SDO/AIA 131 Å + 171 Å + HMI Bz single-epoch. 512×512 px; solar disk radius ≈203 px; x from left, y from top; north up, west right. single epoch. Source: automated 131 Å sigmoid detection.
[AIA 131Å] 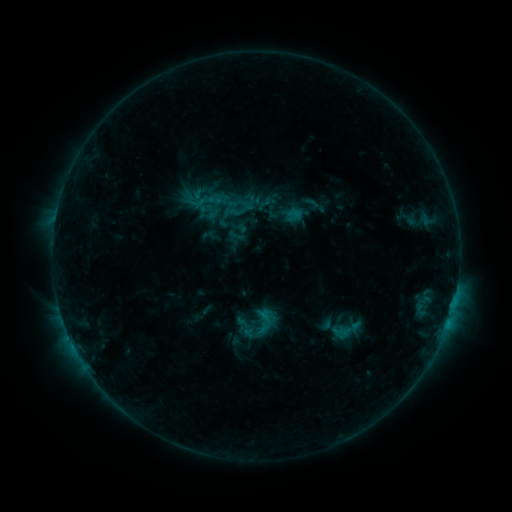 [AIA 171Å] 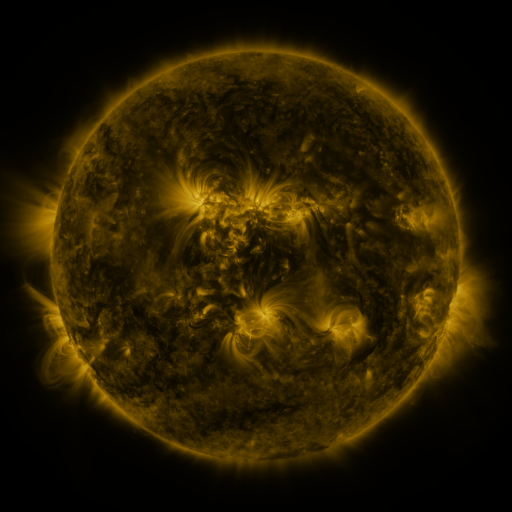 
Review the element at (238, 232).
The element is sigmoid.